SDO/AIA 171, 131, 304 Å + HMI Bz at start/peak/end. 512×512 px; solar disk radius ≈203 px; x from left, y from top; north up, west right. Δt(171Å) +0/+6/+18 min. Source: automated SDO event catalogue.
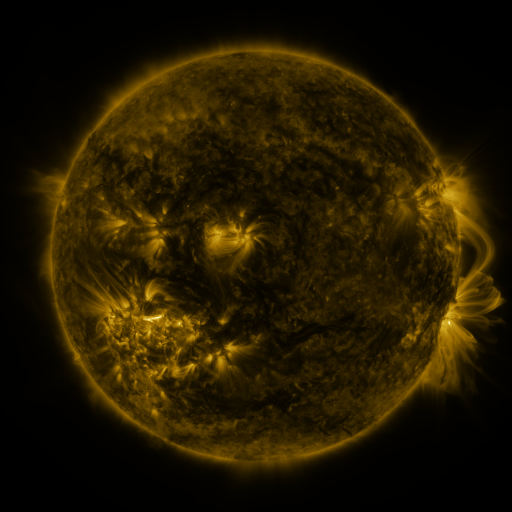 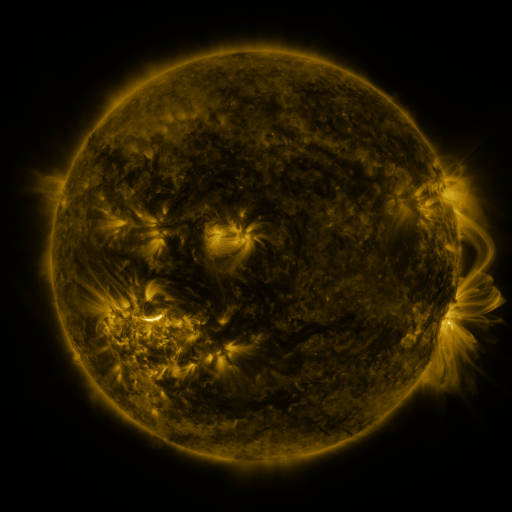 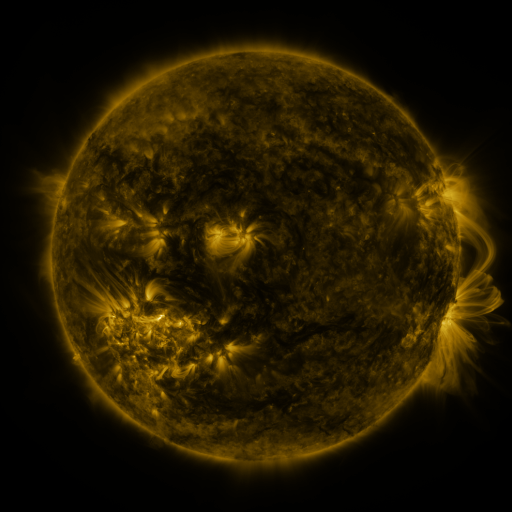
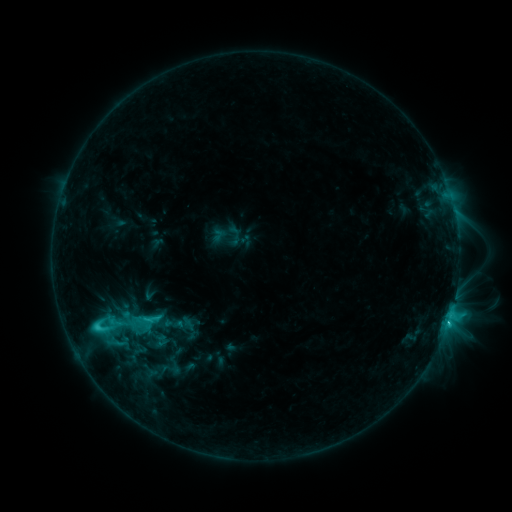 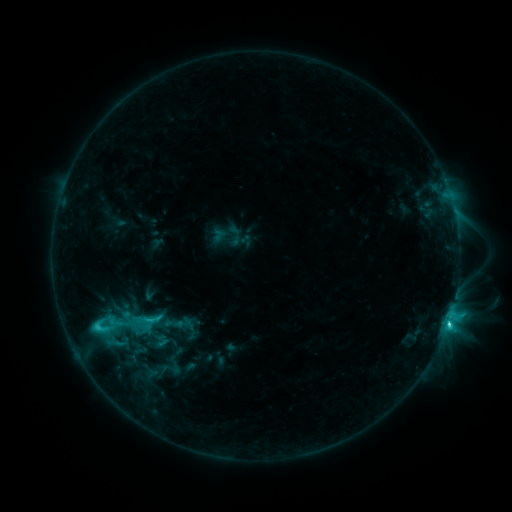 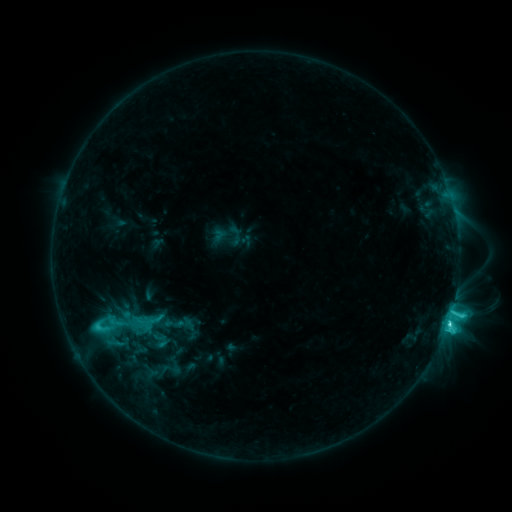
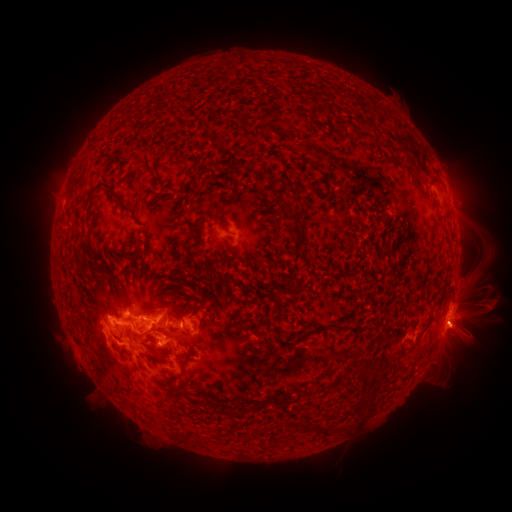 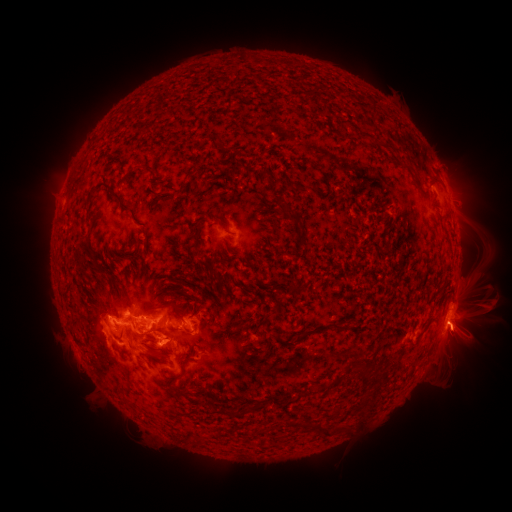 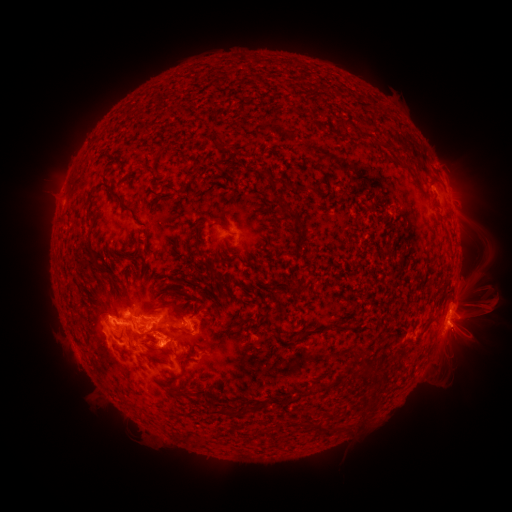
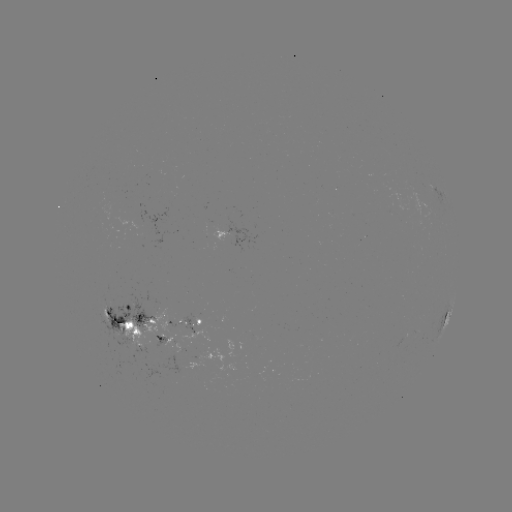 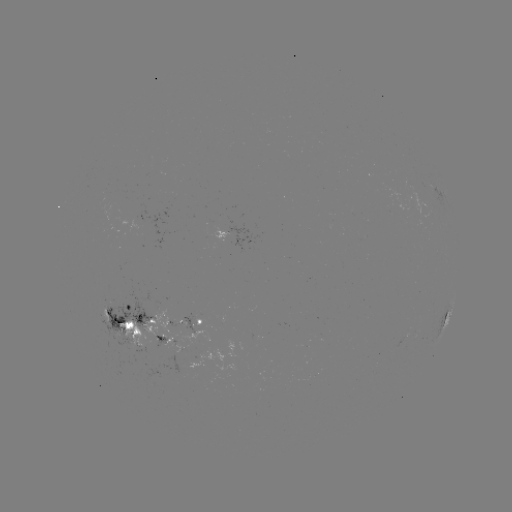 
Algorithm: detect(eruption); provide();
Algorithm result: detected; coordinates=(462, 336)